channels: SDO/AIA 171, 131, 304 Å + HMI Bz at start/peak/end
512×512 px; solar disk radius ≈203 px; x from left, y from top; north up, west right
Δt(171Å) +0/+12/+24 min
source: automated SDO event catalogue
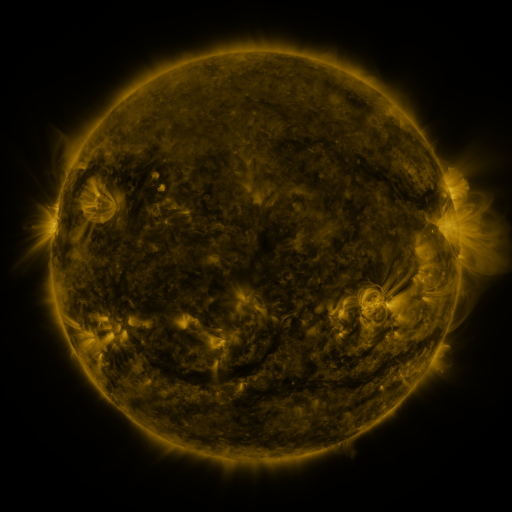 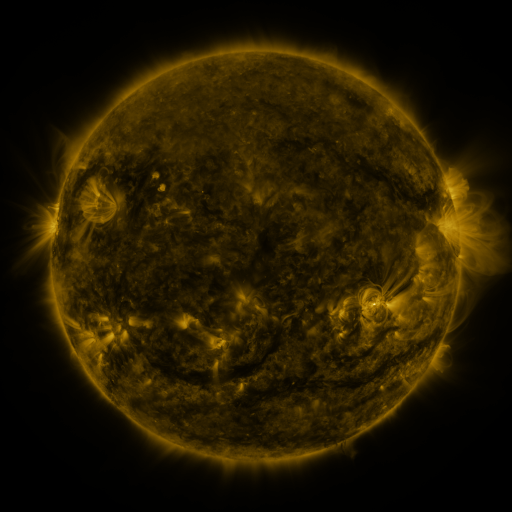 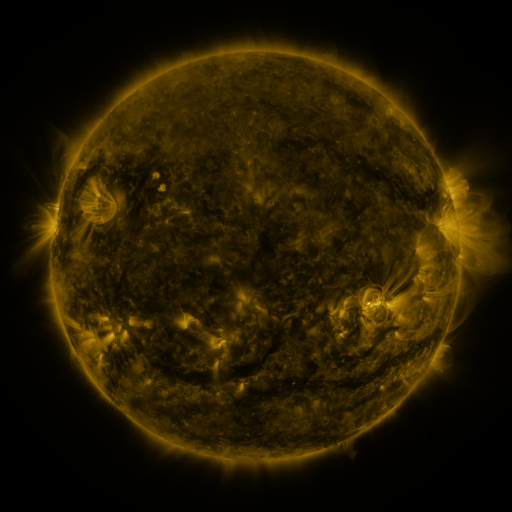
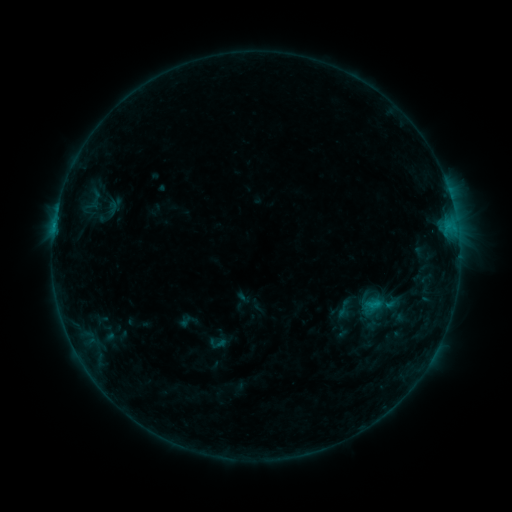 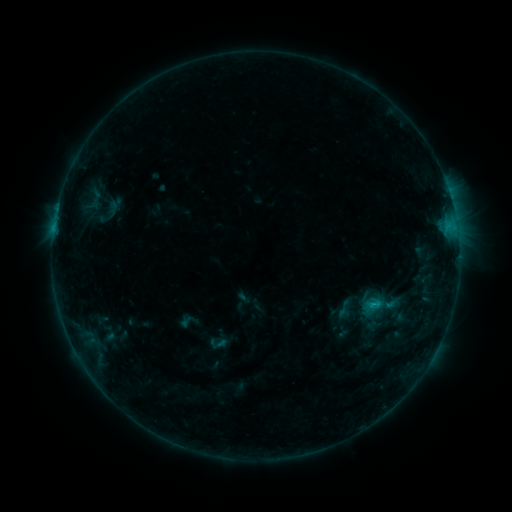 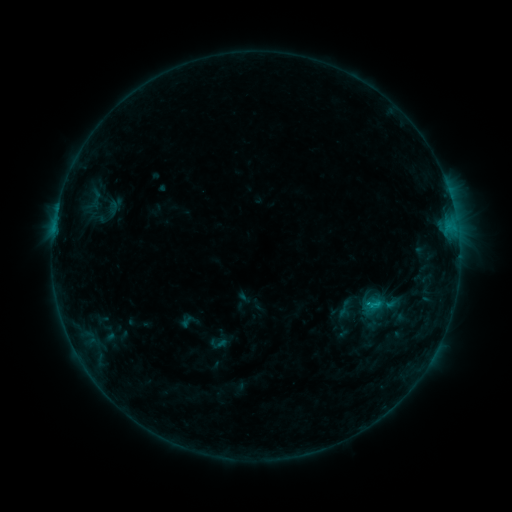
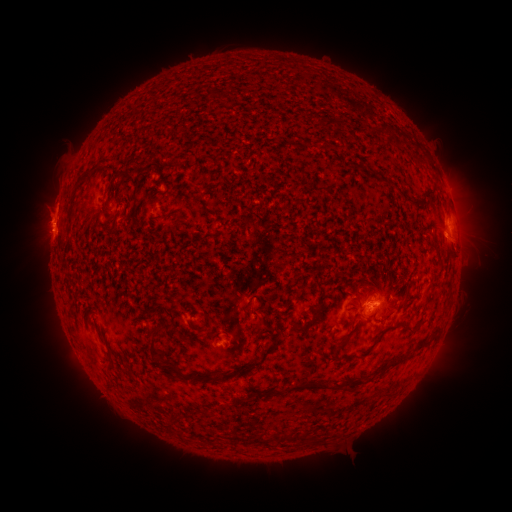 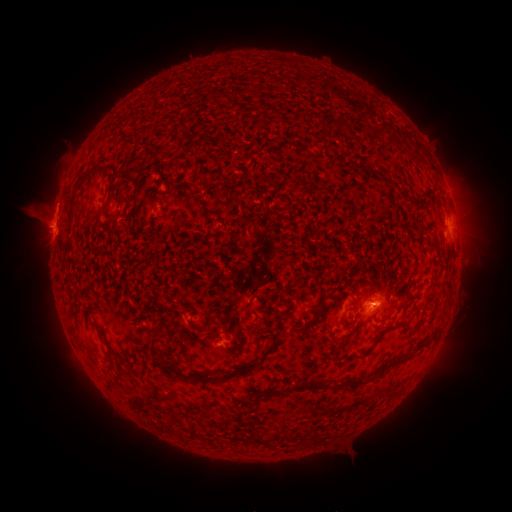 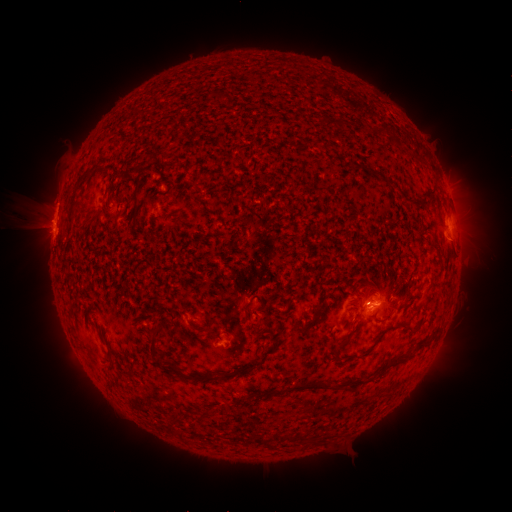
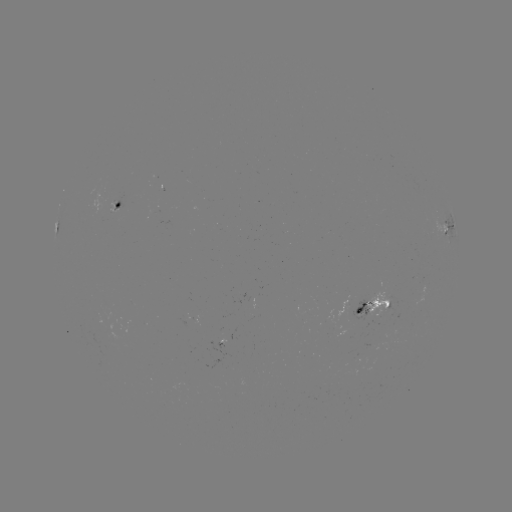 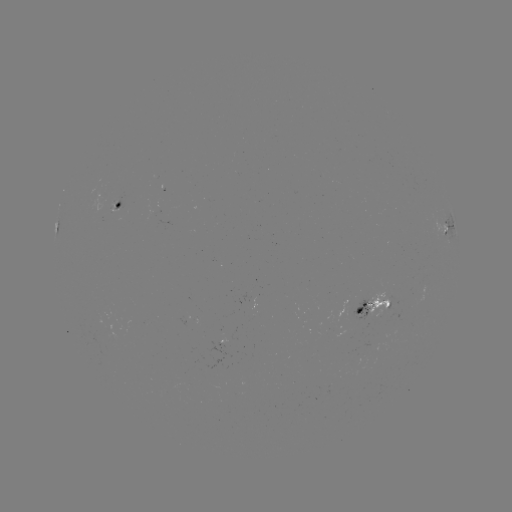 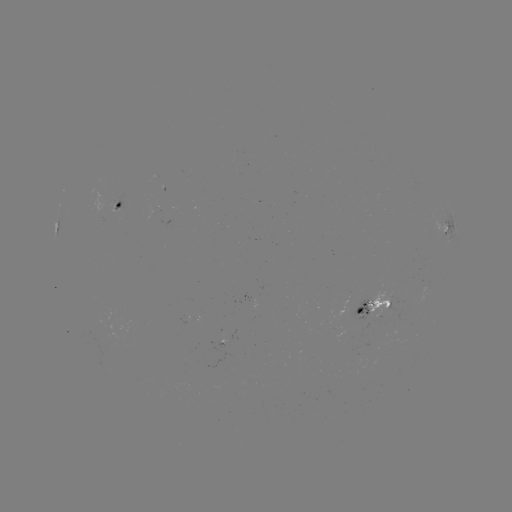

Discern eruption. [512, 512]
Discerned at (34, 222).